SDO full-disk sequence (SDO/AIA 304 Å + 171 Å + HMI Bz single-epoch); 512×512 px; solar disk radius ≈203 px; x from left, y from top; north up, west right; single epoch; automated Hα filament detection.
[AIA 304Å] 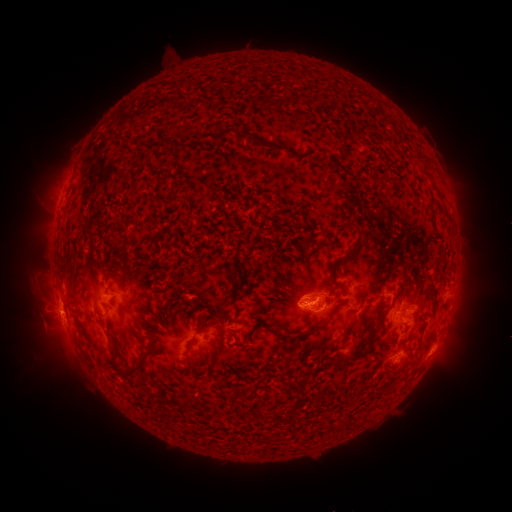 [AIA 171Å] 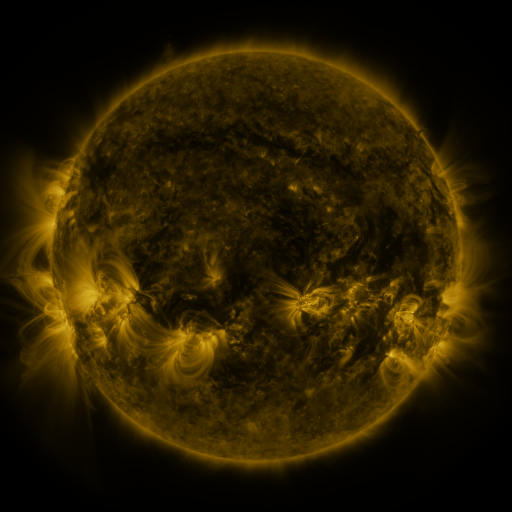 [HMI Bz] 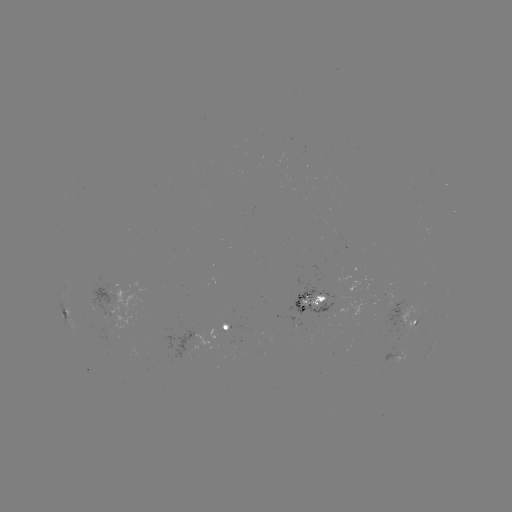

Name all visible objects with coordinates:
filament: [277, 97, 289, 110]
filament: [217, 126, 235, 140]
filament: [241, 130, 265, 145]
filament: [348, 221, 361, 236]
filament: [123, 254, 132, 265]
filament: [316, 297, 325, 305]
filament: [261, 318, 329, 343]
filament: [195, 321, 209, 333]
filament: [367, 330, 376, 341]
filament: [108, 347, 119, 367]
filament: [123, 355, 143, 375]
